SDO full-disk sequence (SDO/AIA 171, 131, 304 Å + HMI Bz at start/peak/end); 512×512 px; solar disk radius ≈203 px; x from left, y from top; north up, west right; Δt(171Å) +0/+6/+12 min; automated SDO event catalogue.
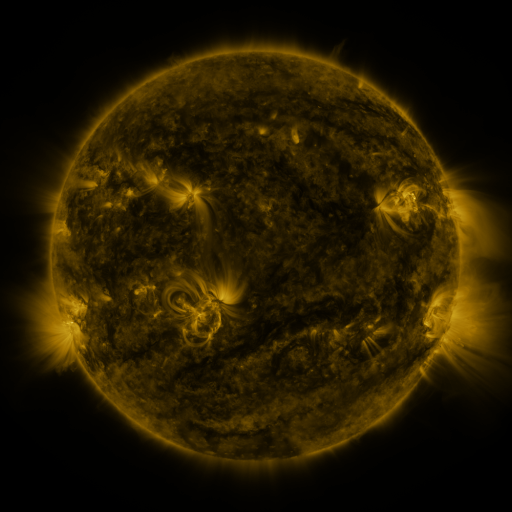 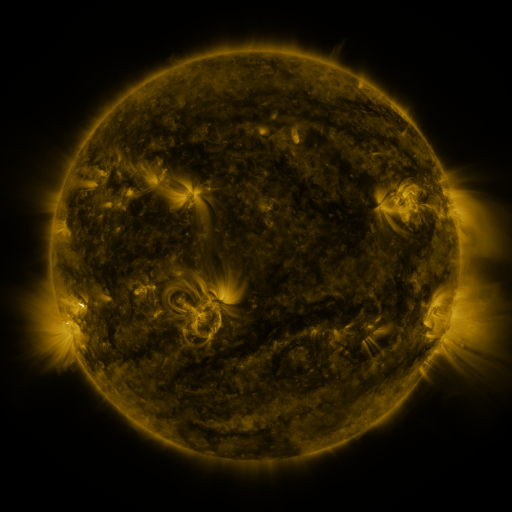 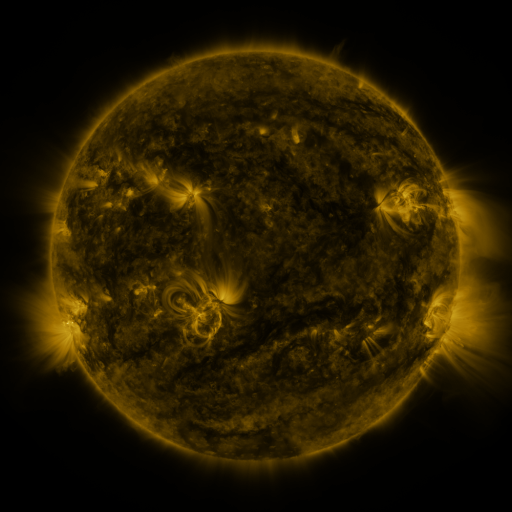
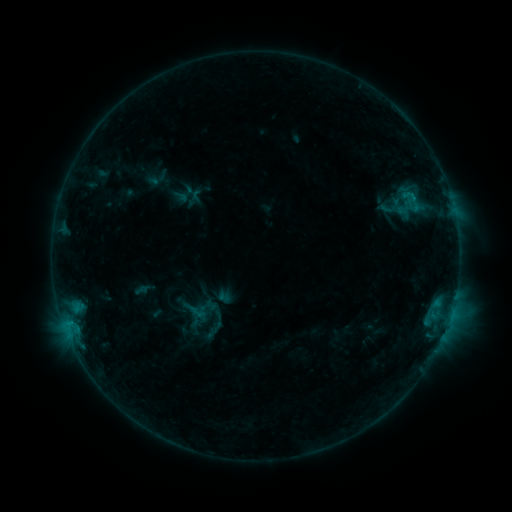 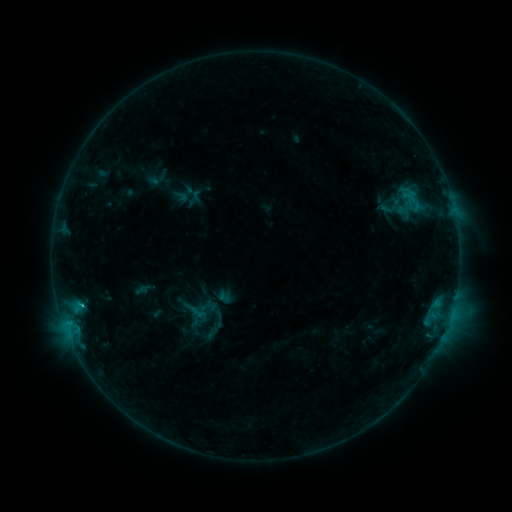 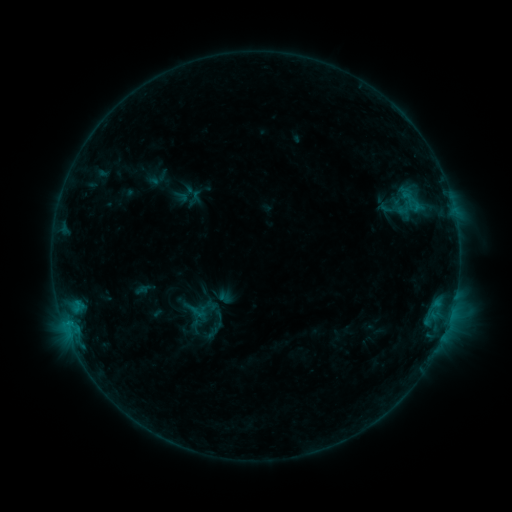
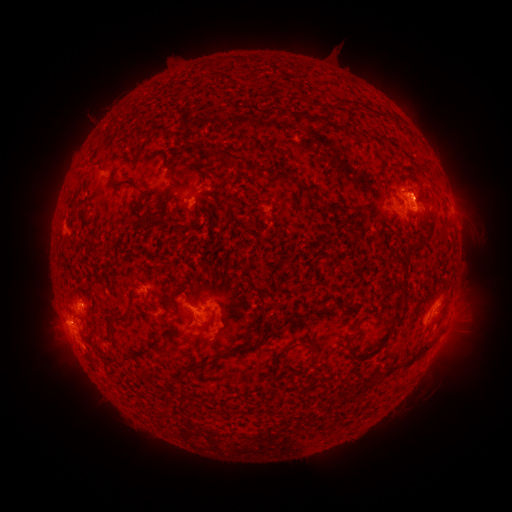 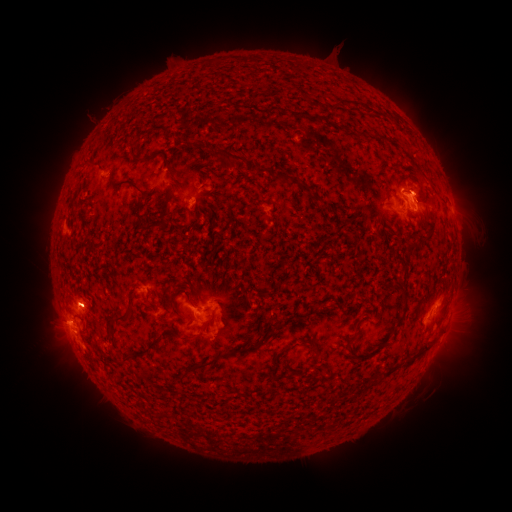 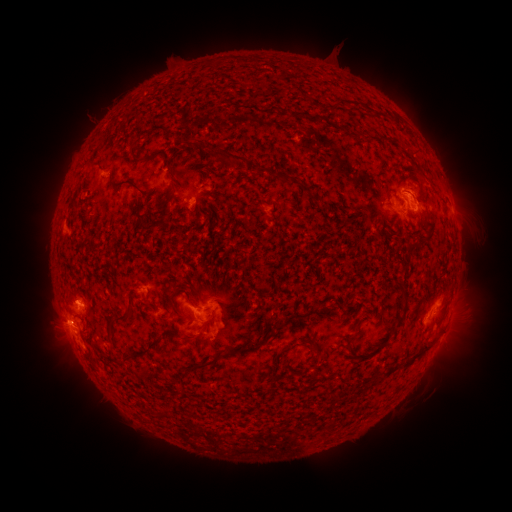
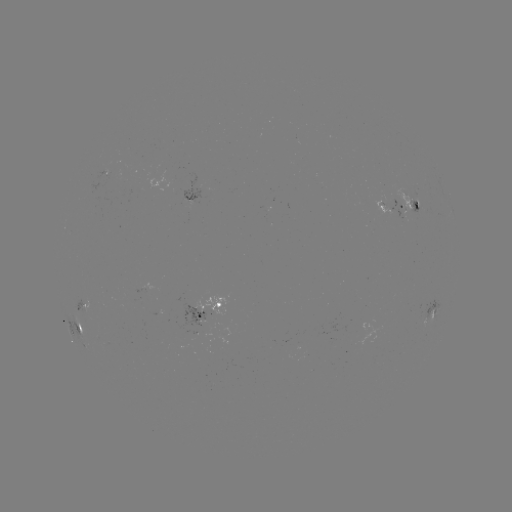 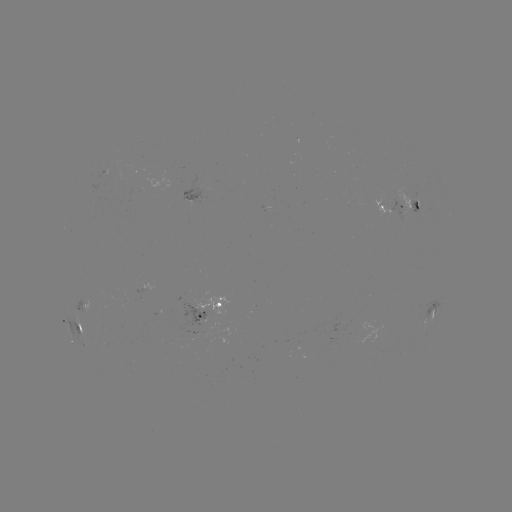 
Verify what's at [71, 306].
eruption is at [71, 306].